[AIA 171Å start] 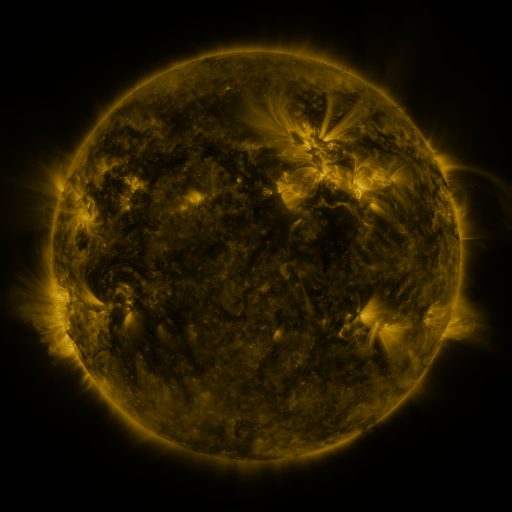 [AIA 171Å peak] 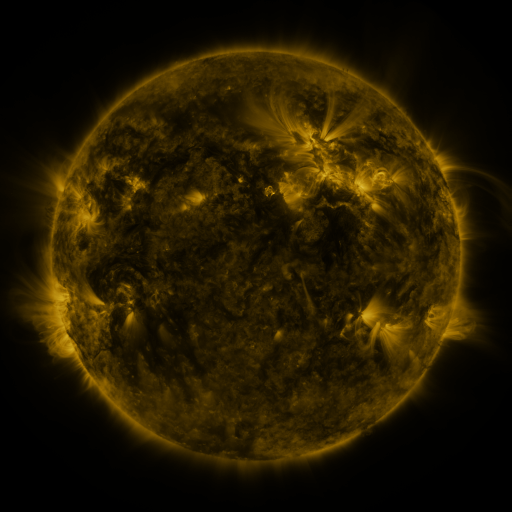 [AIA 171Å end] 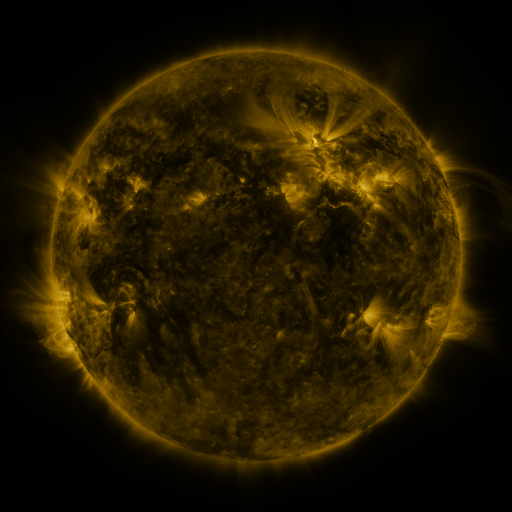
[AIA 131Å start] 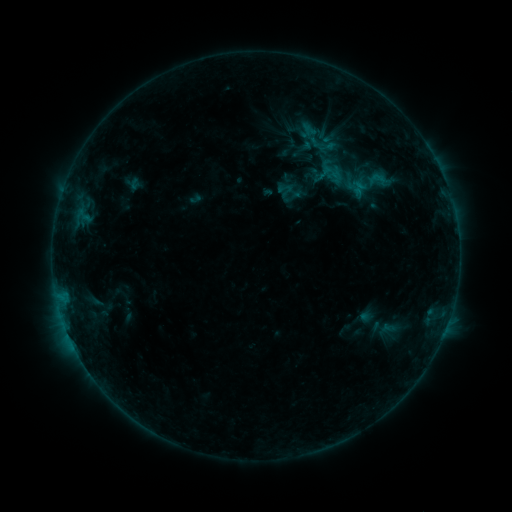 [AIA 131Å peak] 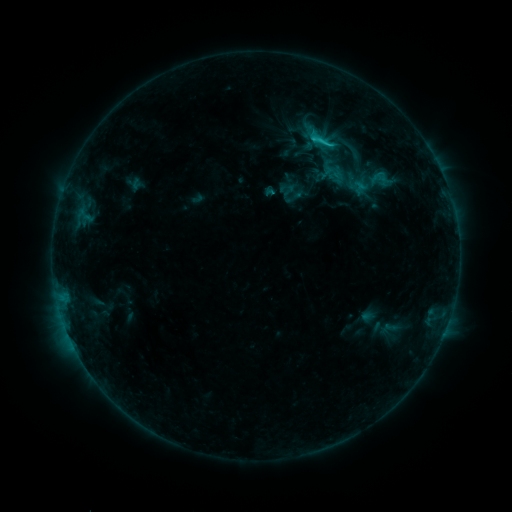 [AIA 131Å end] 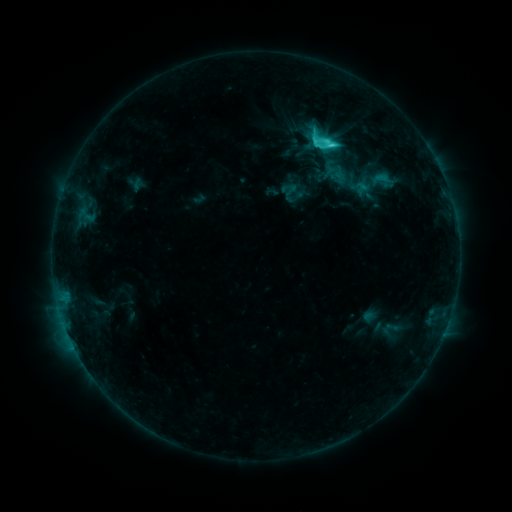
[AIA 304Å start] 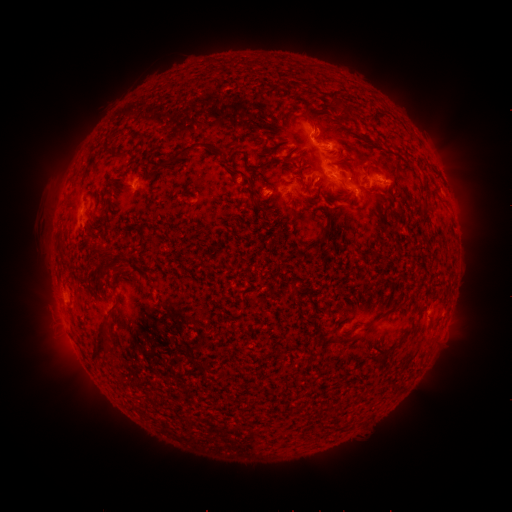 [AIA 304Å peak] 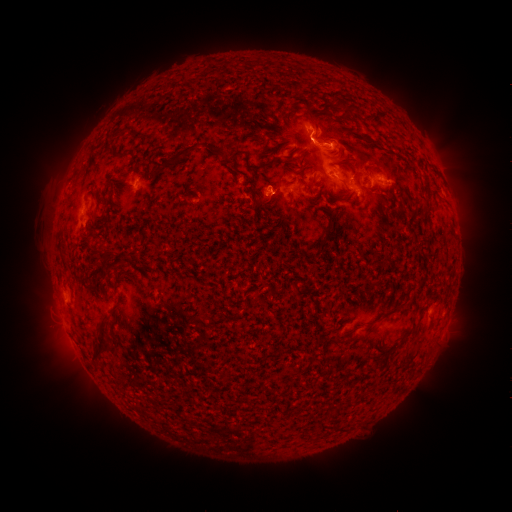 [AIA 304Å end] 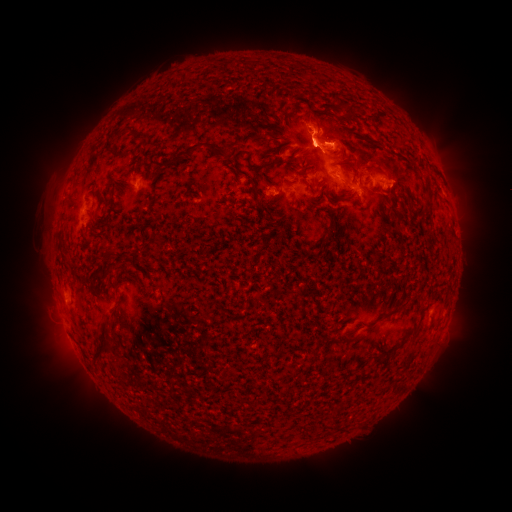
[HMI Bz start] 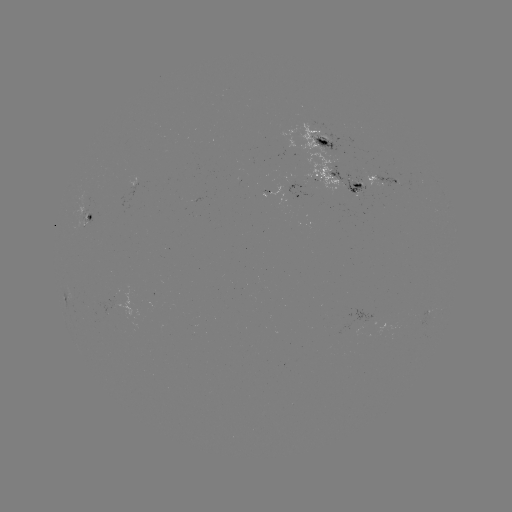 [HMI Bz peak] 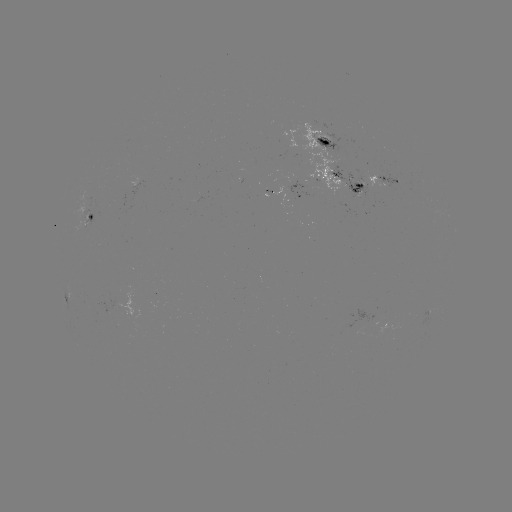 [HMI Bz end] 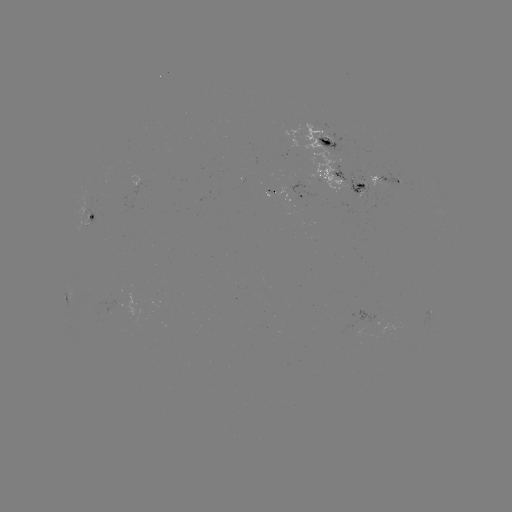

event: flare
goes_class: C1.9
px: (319, 142)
